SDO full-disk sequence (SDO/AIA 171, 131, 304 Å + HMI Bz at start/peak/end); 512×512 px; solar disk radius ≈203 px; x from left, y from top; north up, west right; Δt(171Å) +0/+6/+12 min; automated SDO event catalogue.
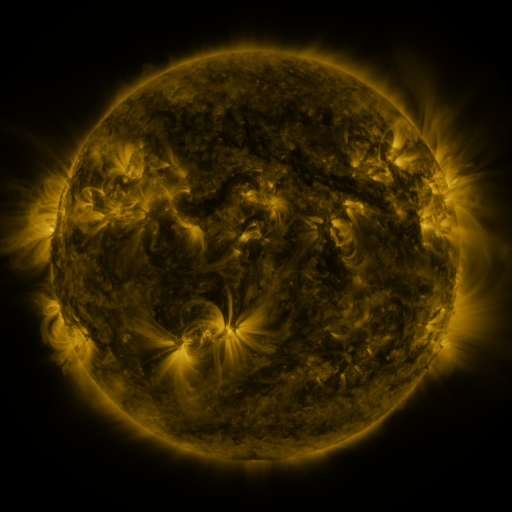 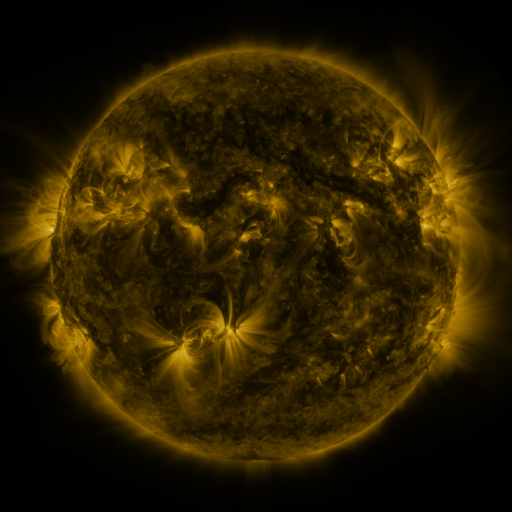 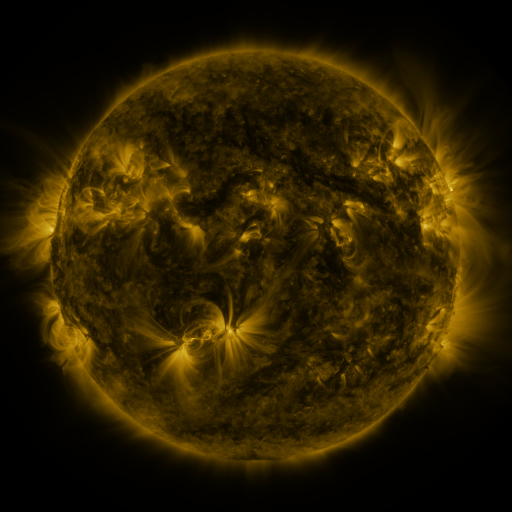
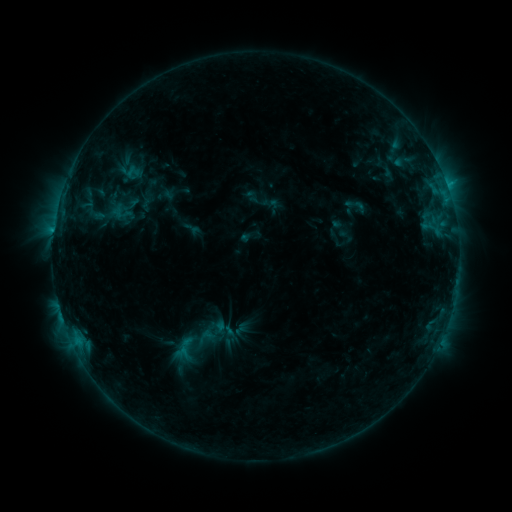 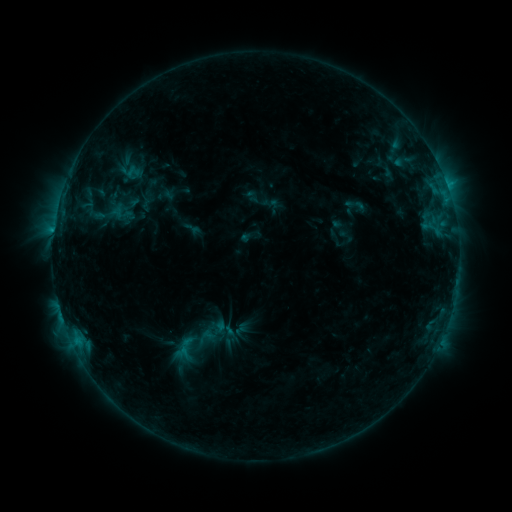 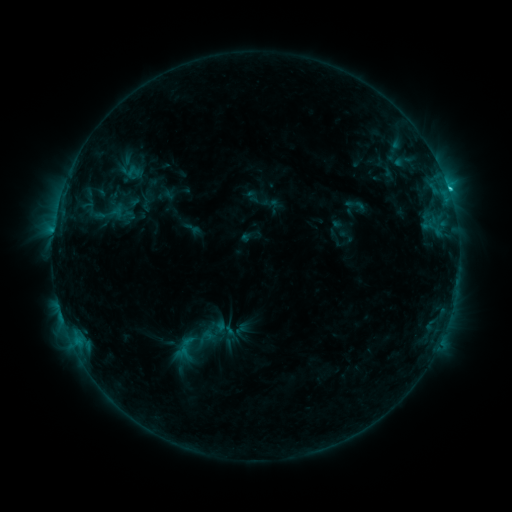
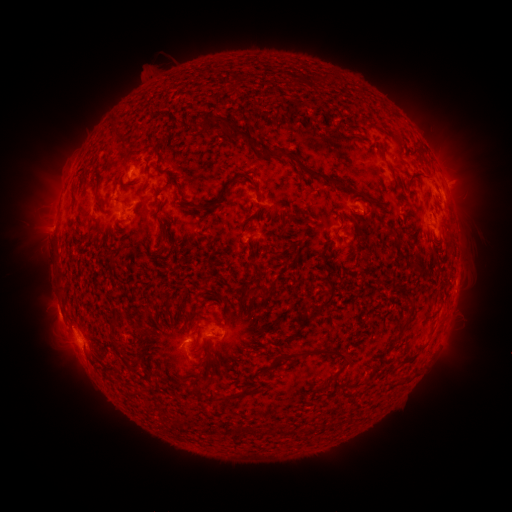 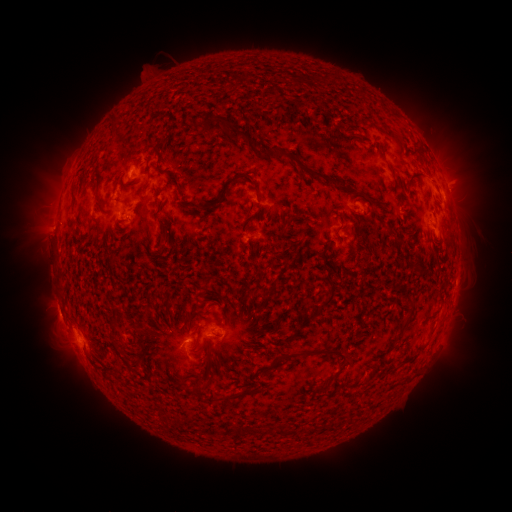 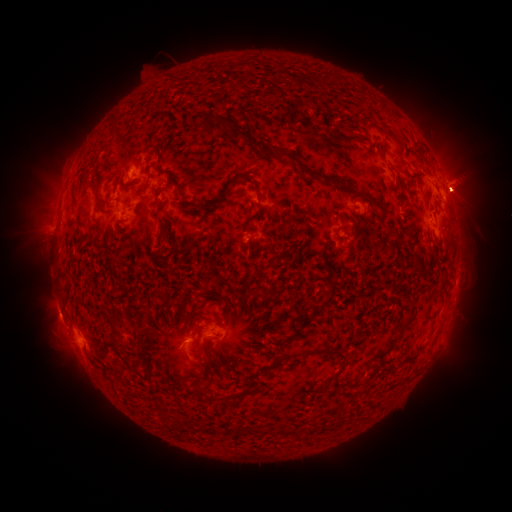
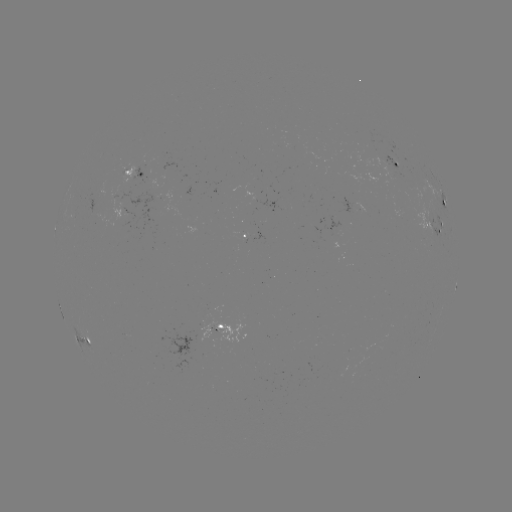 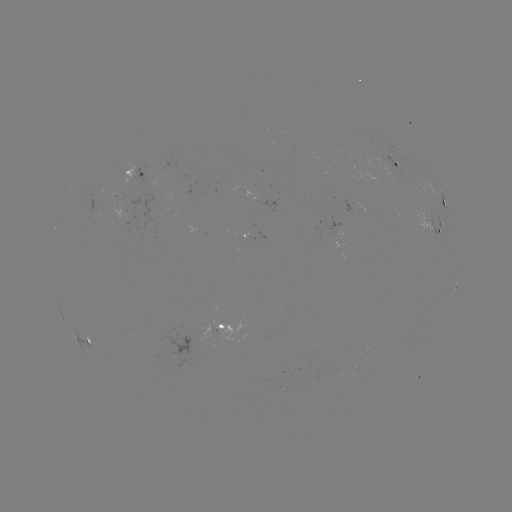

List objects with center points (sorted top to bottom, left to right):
eruption: (91, 364)
